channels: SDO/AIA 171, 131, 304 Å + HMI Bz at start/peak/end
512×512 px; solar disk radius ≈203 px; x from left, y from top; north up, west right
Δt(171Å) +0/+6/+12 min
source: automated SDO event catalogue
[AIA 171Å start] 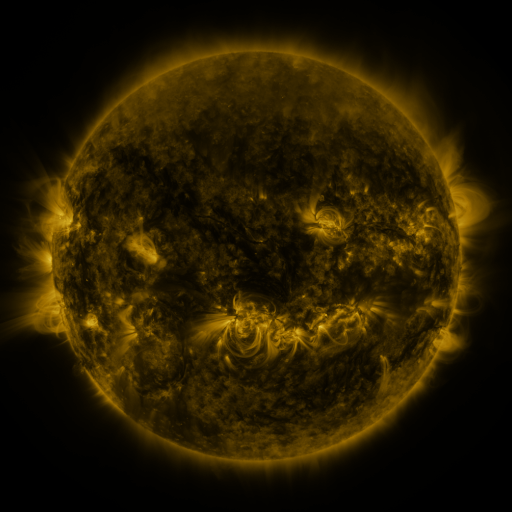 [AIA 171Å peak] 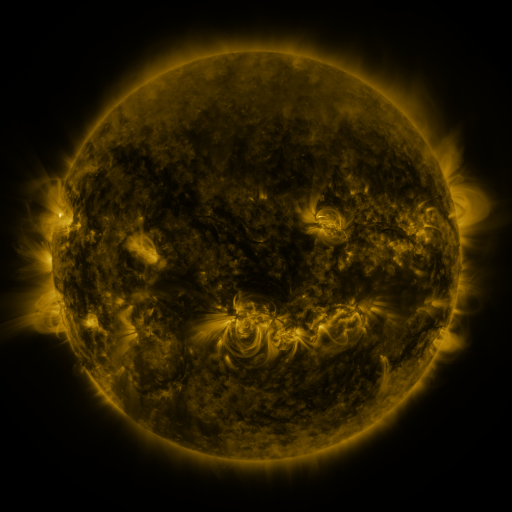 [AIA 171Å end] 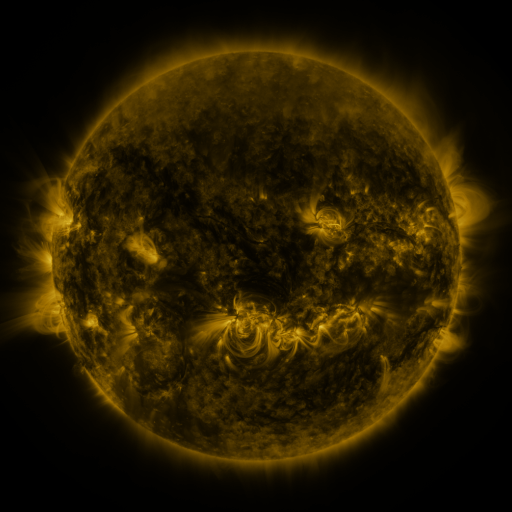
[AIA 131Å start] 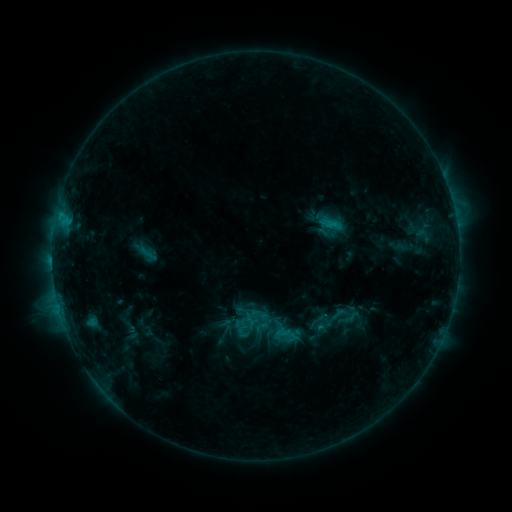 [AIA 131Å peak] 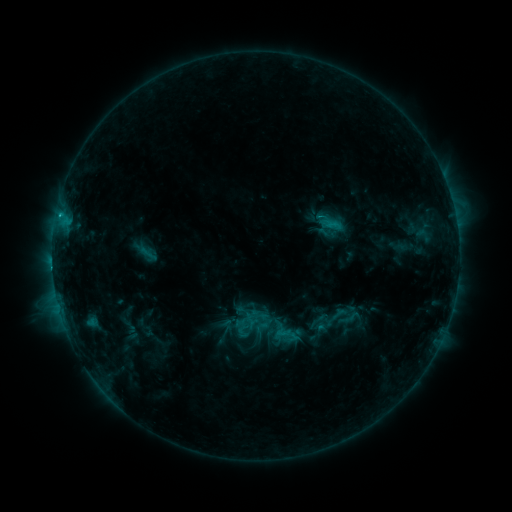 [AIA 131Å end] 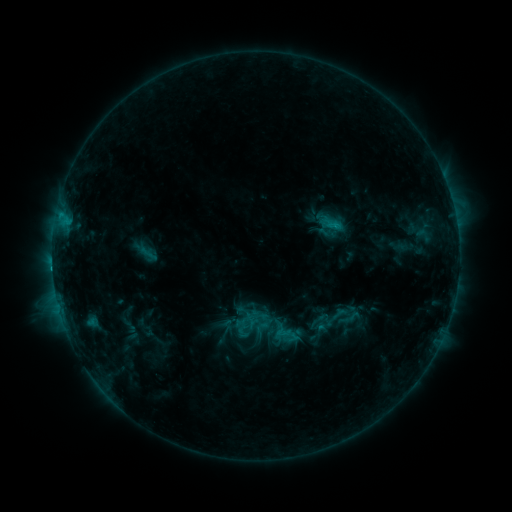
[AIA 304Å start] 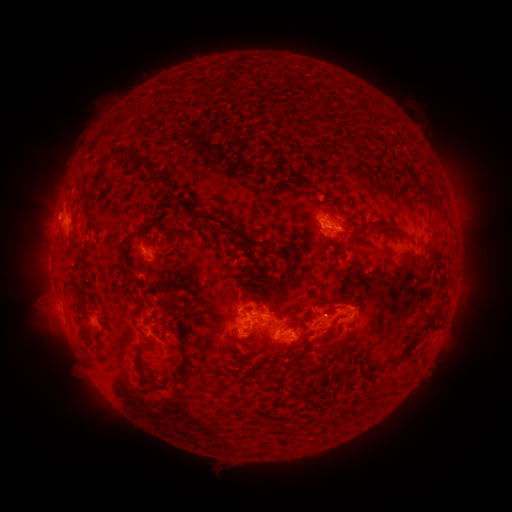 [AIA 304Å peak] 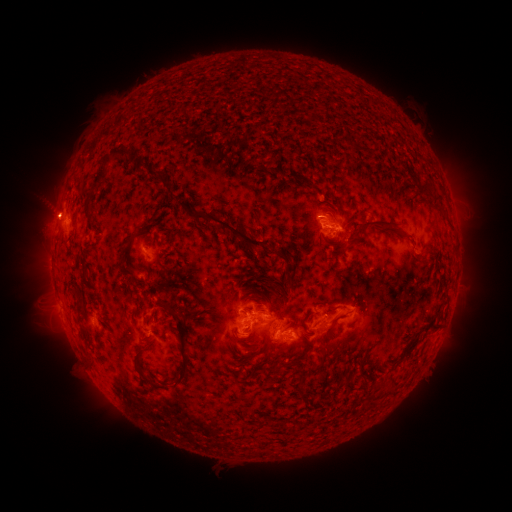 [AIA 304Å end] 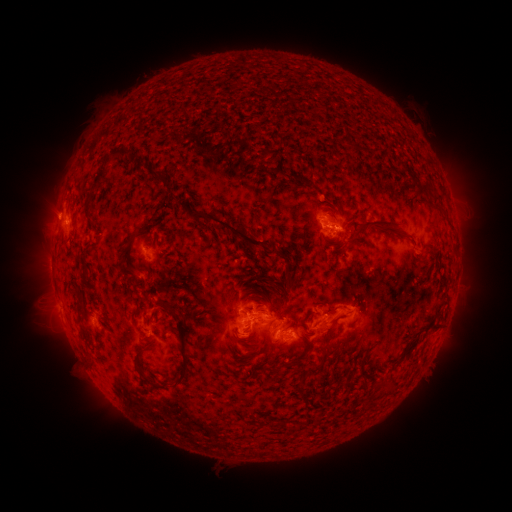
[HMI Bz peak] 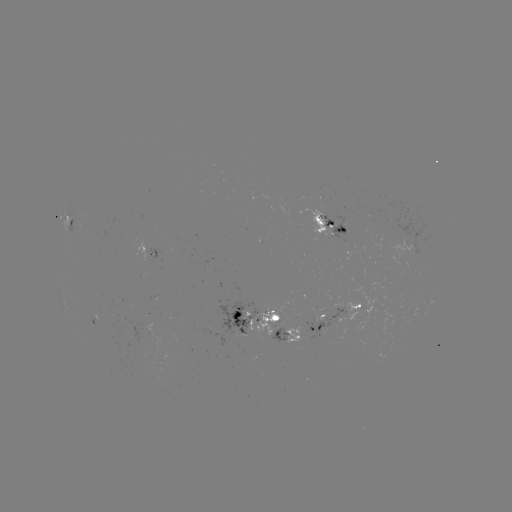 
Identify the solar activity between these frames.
C1.6 flare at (59, 217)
